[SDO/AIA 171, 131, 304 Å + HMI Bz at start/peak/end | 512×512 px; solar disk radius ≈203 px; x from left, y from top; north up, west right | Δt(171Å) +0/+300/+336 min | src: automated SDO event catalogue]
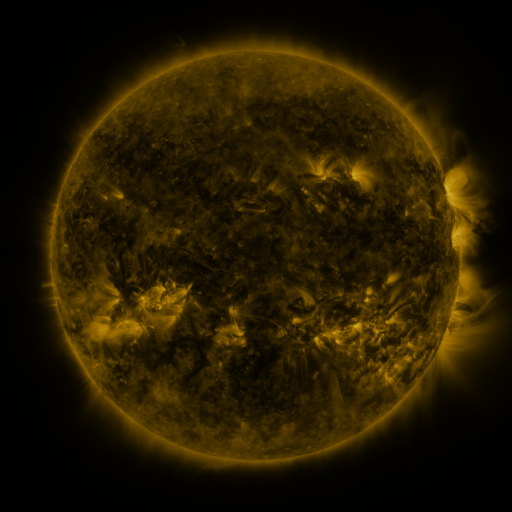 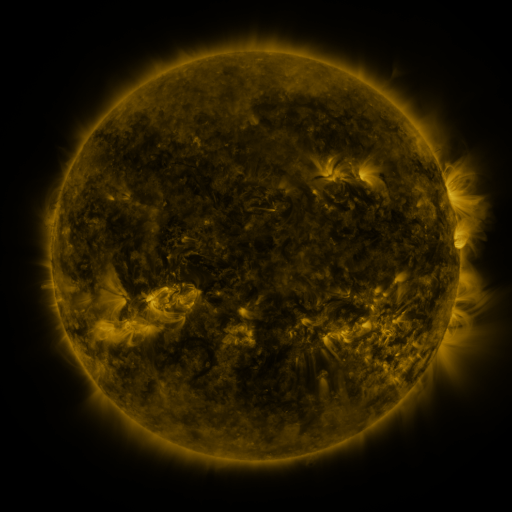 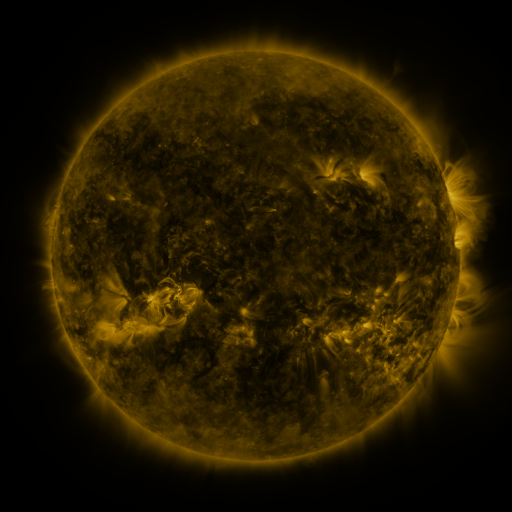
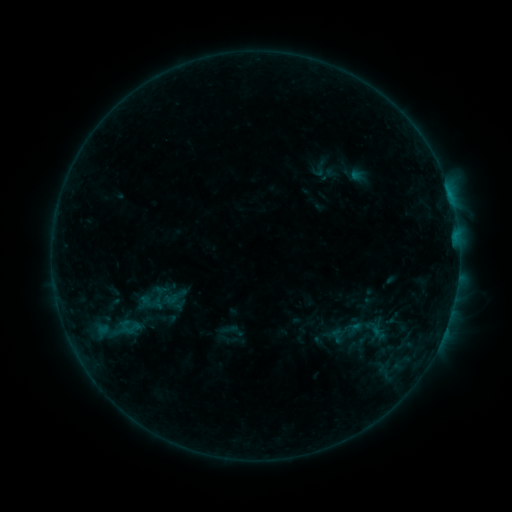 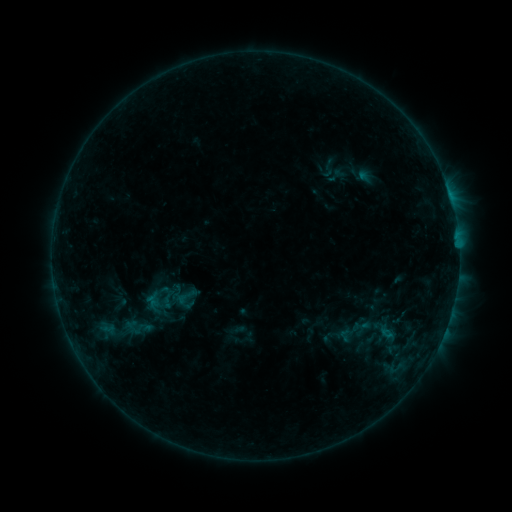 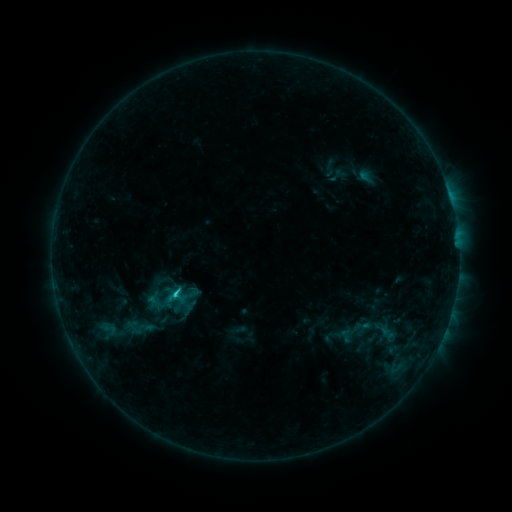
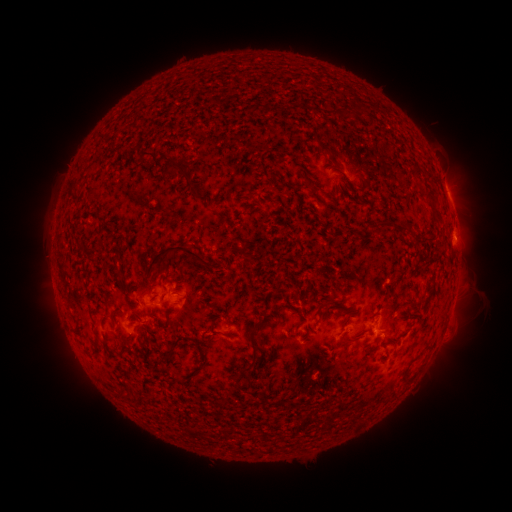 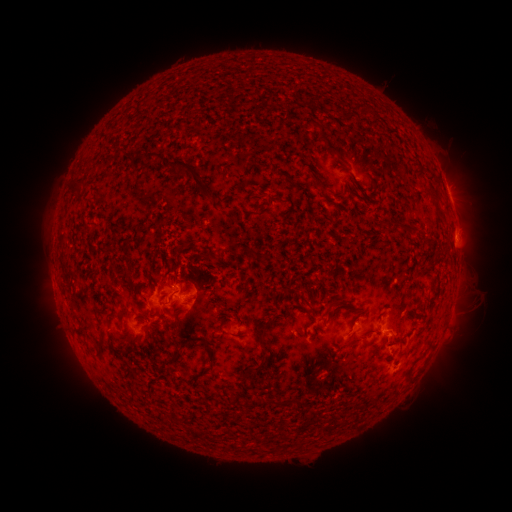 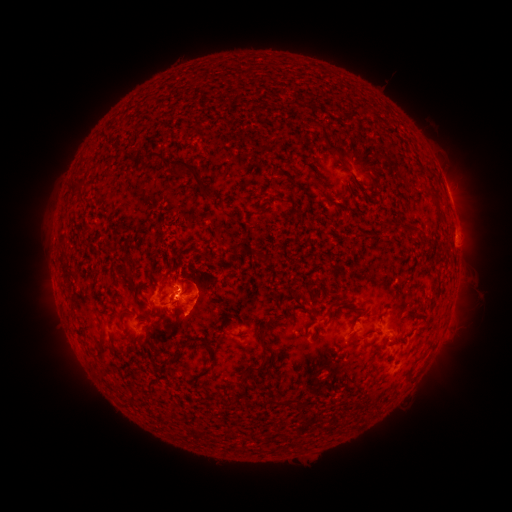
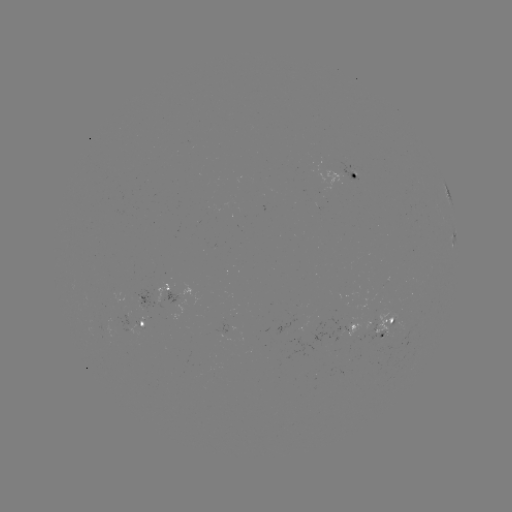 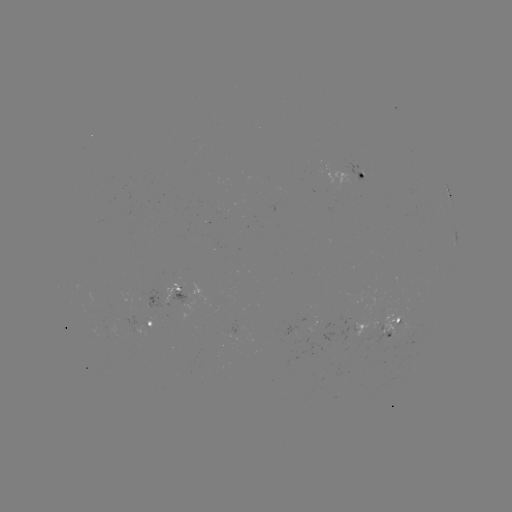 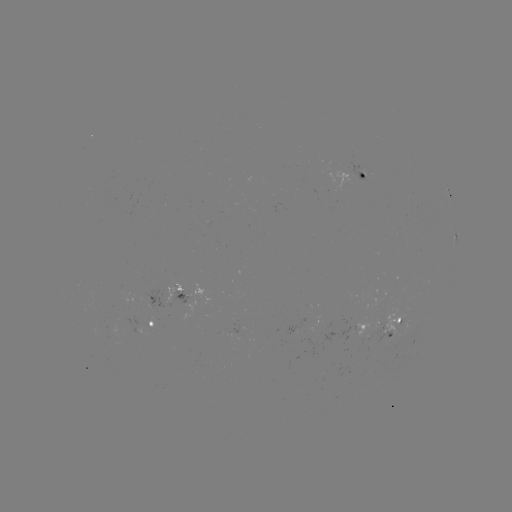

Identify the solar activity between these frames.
emerging-flux region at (181, 300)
